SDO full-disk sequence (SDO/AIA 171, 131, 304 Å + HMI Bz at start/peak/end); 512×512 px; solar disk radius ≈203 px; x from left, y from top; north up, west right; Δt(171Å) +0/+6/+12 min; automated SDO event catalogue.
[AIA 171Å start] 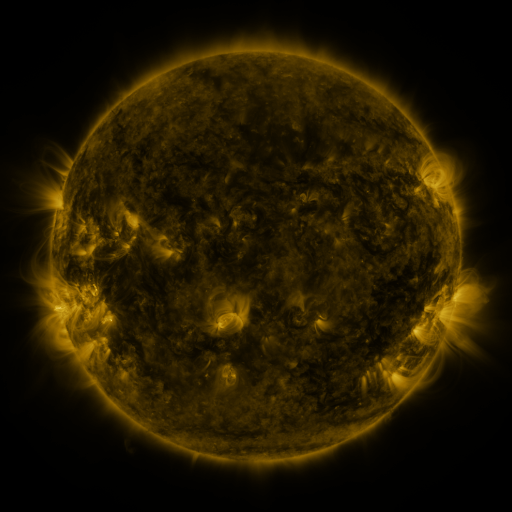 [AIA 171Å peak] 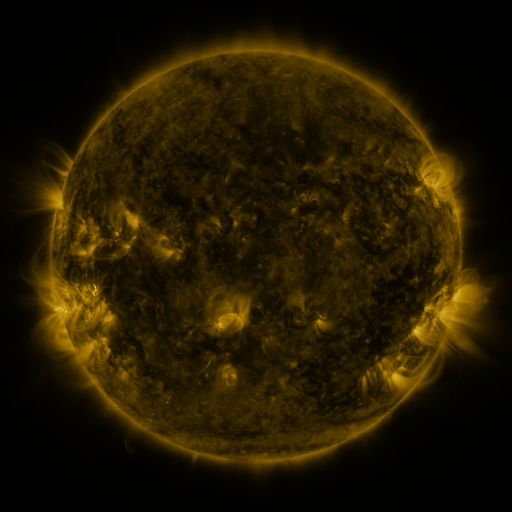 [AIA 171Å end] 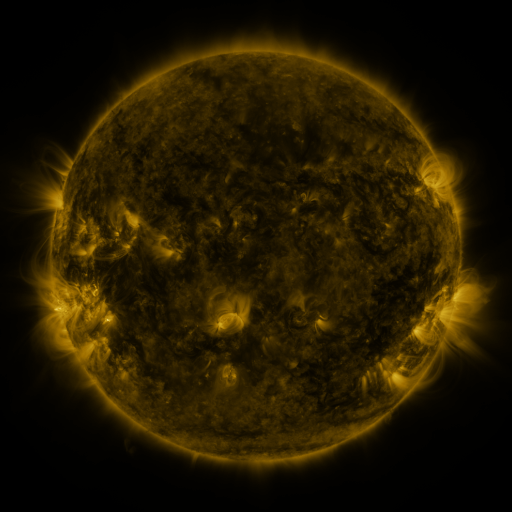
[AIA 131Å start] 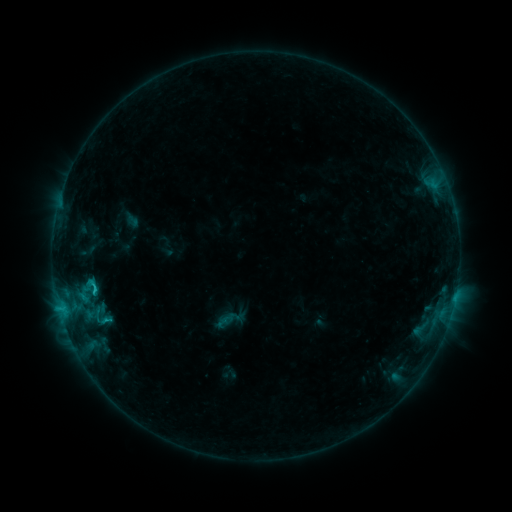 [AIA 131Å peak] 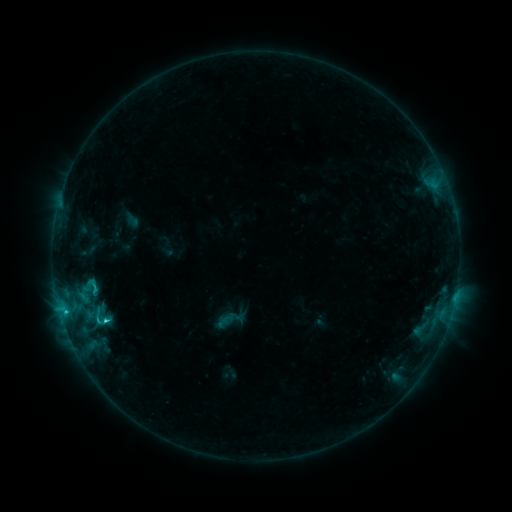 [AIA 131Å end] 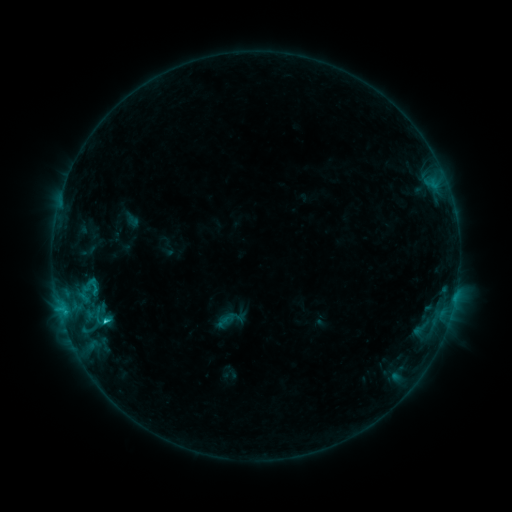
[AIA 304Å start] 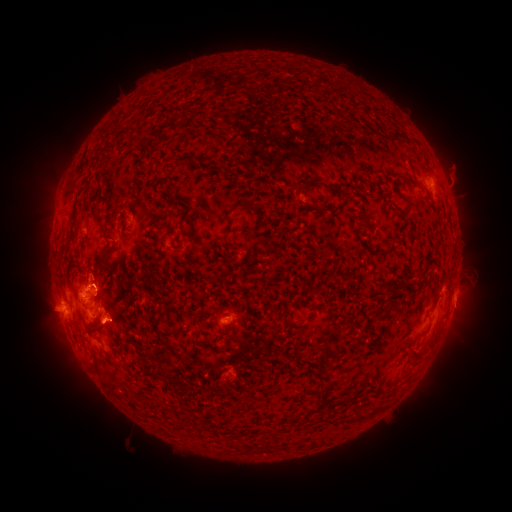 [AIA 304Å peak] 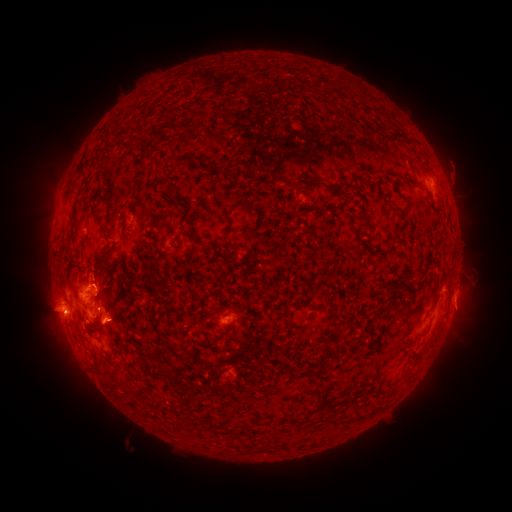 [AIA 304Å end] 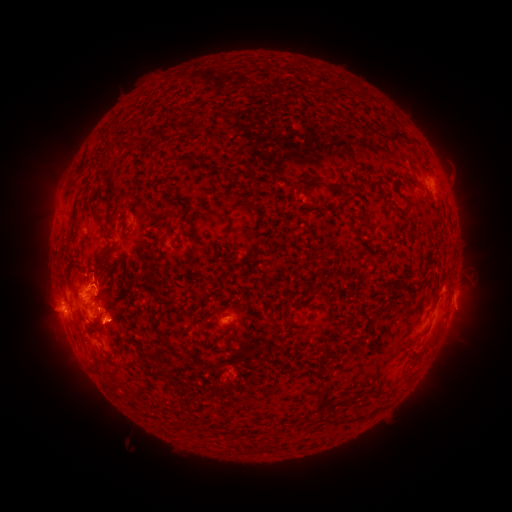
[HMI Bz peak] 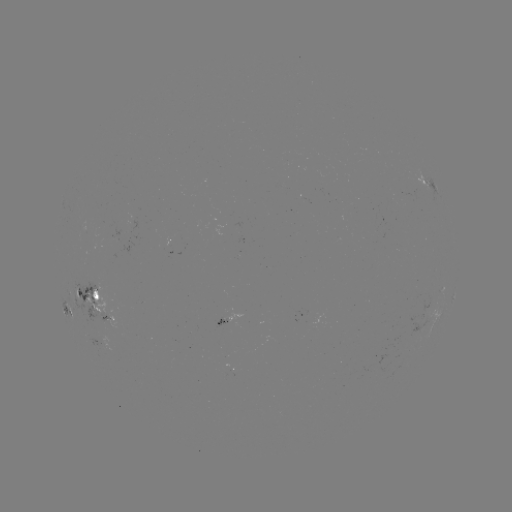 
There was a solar eruption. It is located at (57, 321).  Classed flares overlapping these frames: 1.